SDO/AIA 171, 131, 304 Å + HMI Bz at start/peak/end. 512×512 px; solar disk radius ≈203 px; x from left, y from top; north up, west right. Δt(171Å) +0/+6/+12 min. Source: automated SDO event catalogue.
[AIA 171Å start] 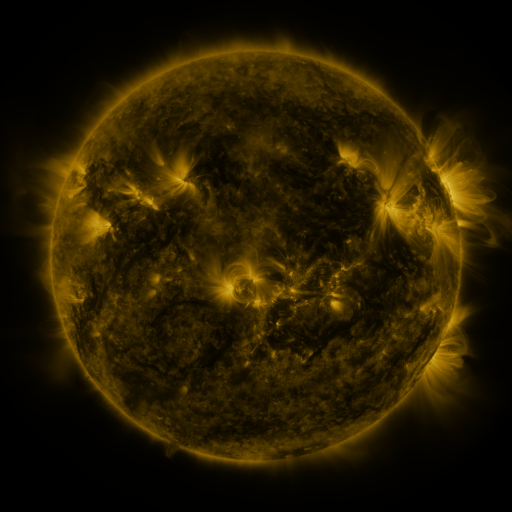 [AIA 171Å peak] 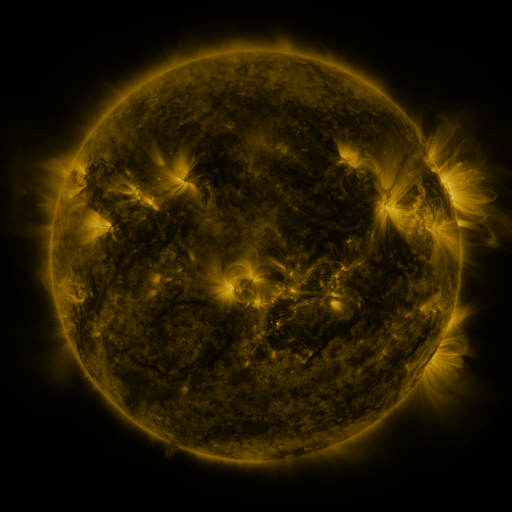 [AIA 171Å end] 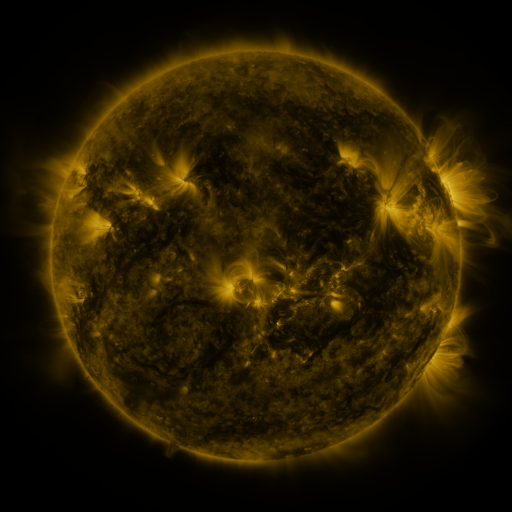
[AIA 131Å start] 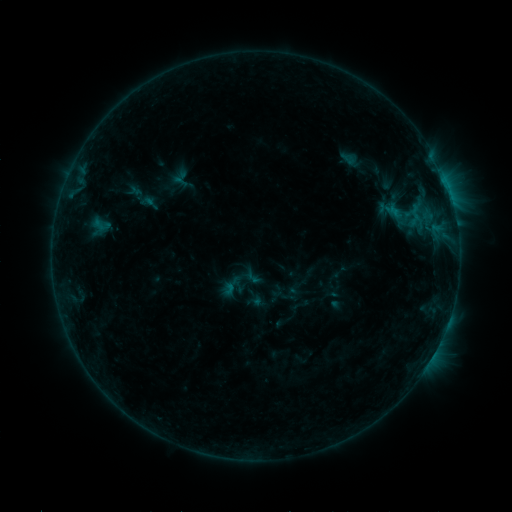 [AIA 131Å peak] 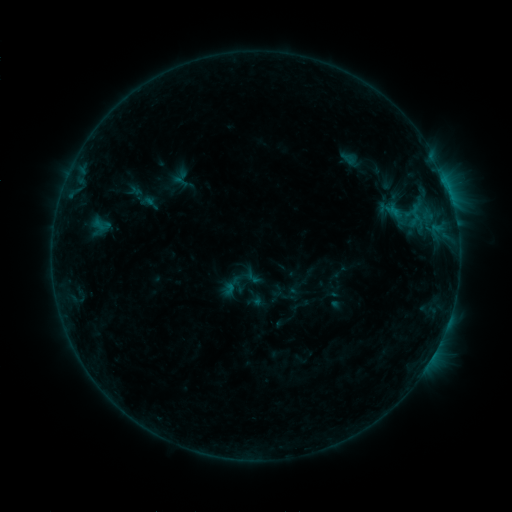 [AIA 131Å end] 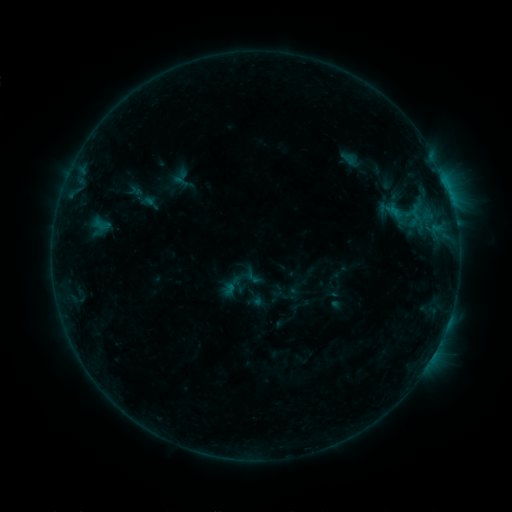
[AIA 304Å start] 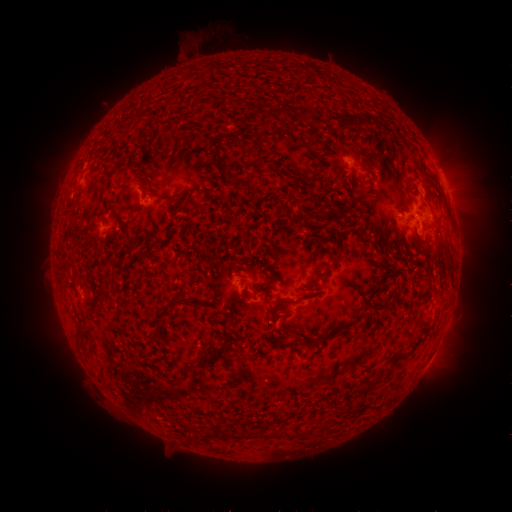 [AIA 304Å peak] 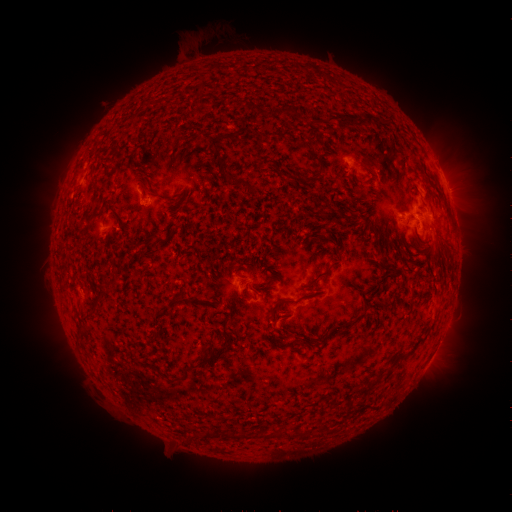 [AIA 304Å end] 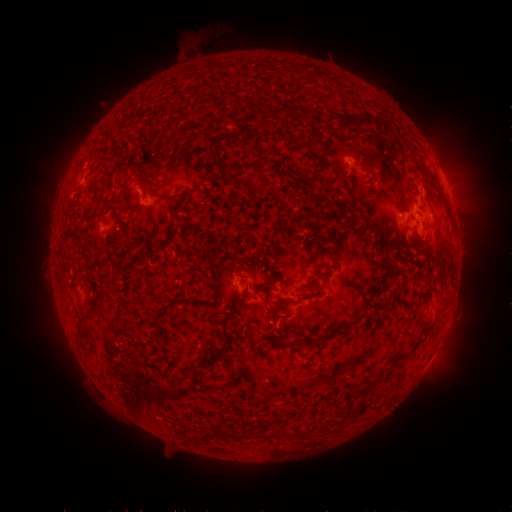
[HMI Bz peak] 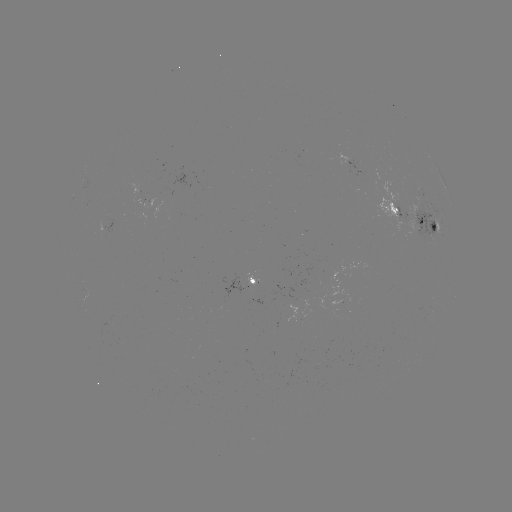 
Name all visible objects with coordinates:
C1.0 flare: (449, 192)
